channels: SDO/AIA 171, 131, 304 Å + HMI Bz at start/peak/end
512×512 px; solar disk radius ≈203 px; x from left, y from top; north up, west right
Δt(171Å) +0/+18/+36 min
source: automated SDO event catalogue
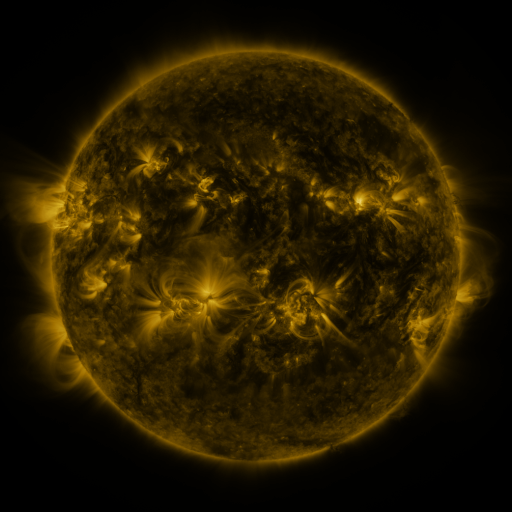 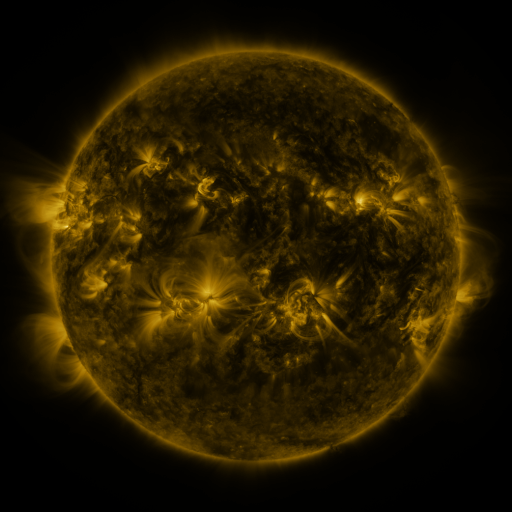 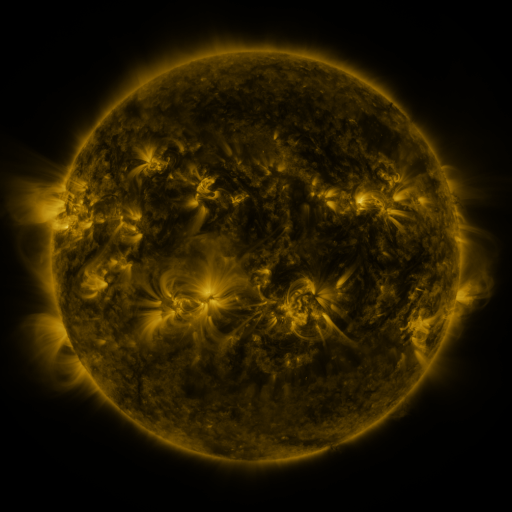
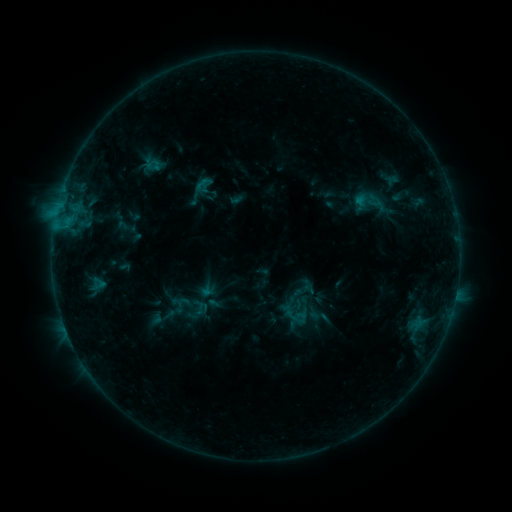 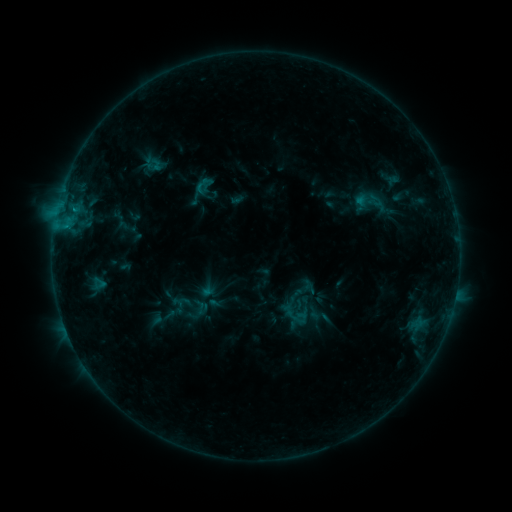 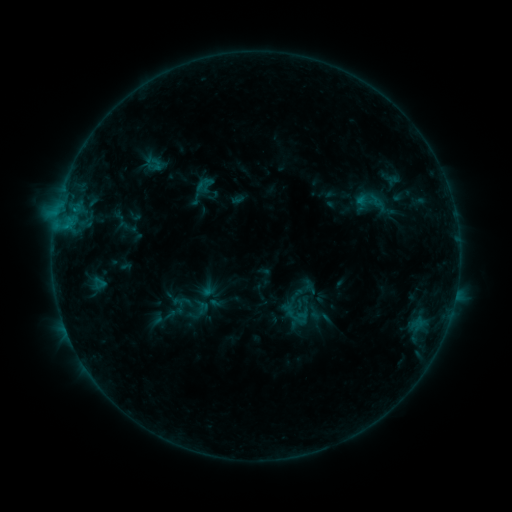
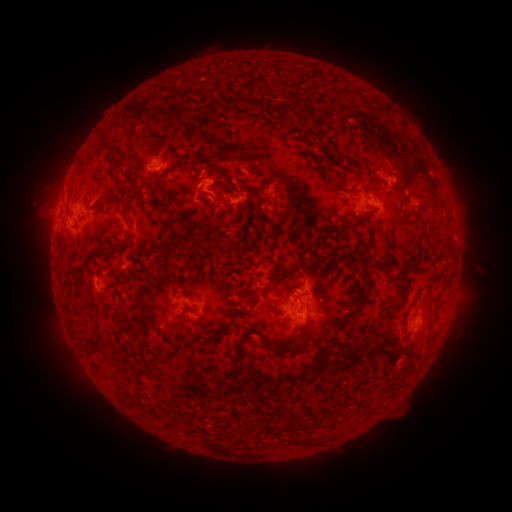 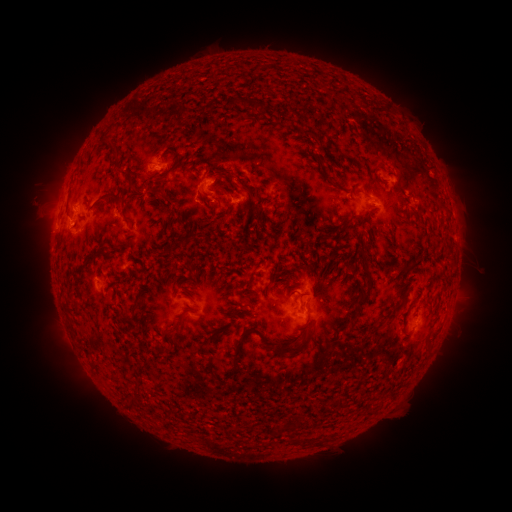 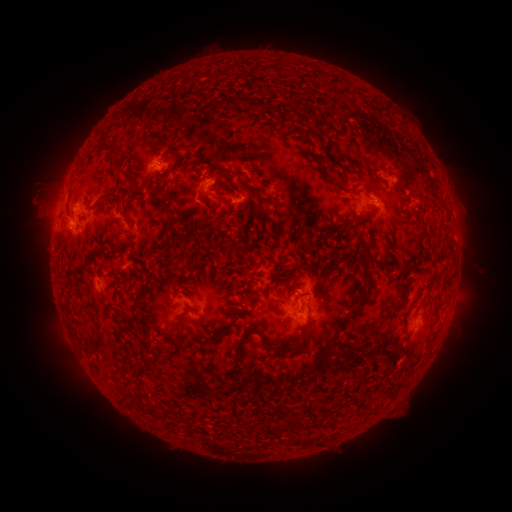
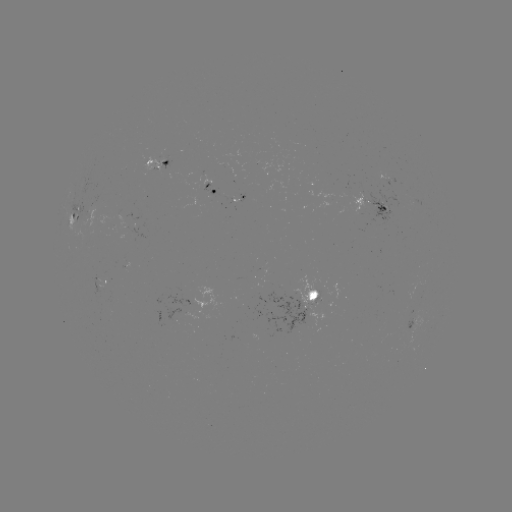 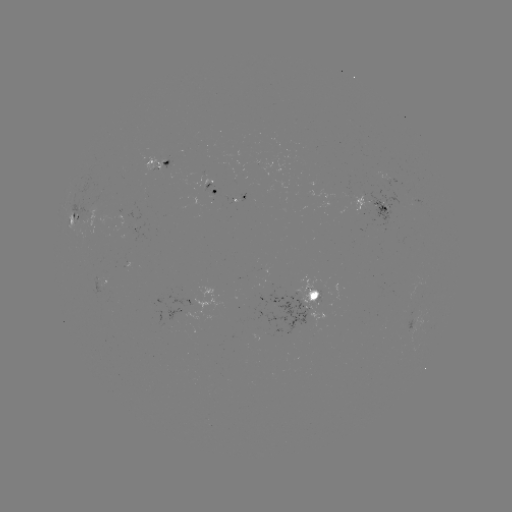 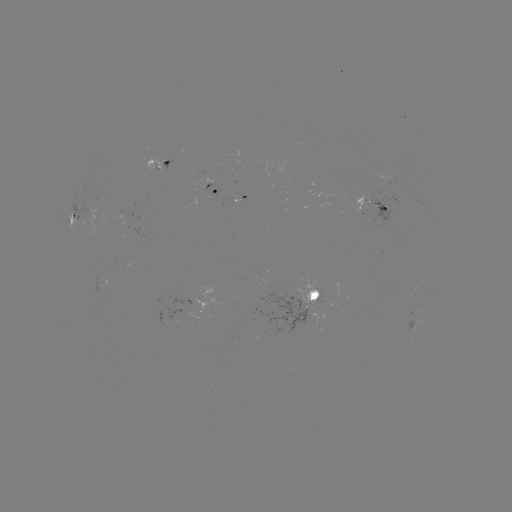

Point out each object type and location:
B6.6 flare: (75, 211)
